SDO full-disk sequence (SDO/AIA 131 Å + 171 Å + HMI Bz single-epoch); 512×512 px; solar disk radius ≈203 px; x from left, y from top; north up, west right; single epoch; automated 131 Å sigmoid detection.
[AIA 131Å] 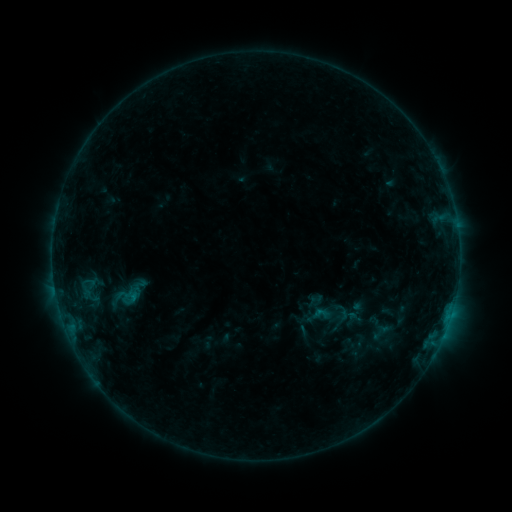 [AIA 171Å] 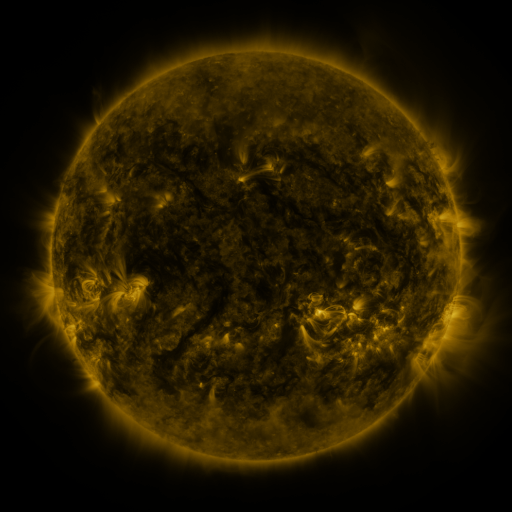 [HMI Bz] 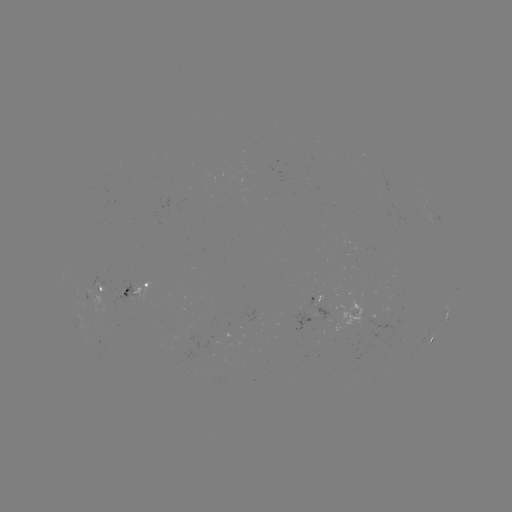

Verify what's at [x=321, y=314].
sigmoid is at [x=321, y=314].